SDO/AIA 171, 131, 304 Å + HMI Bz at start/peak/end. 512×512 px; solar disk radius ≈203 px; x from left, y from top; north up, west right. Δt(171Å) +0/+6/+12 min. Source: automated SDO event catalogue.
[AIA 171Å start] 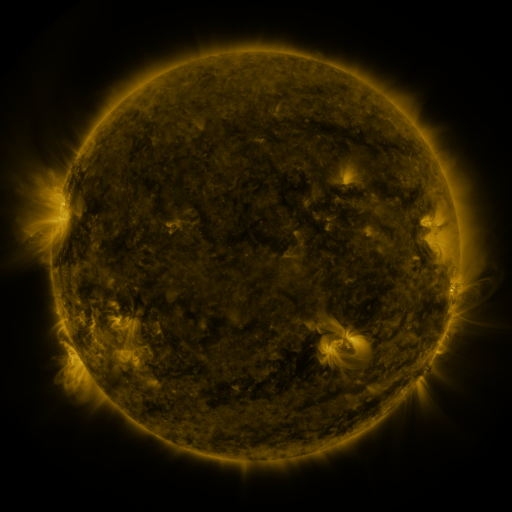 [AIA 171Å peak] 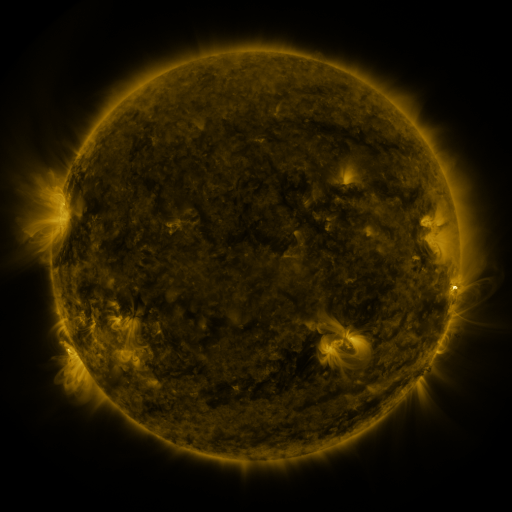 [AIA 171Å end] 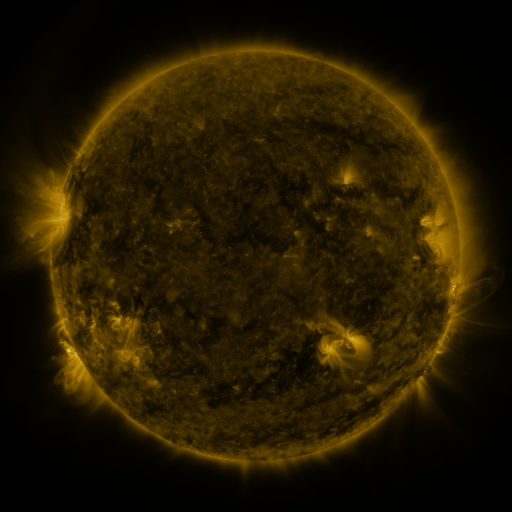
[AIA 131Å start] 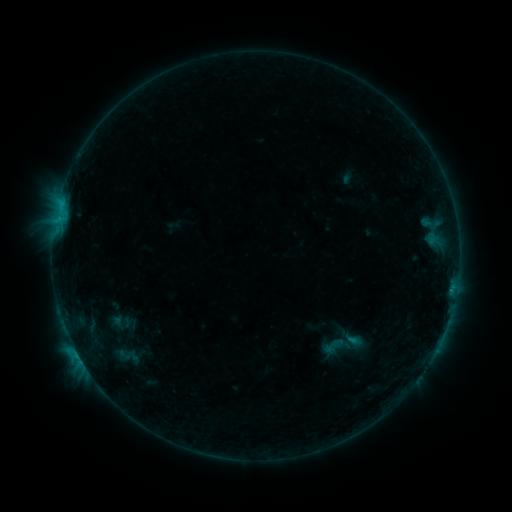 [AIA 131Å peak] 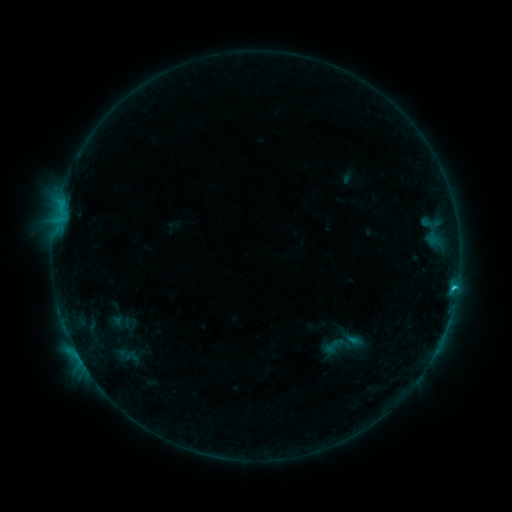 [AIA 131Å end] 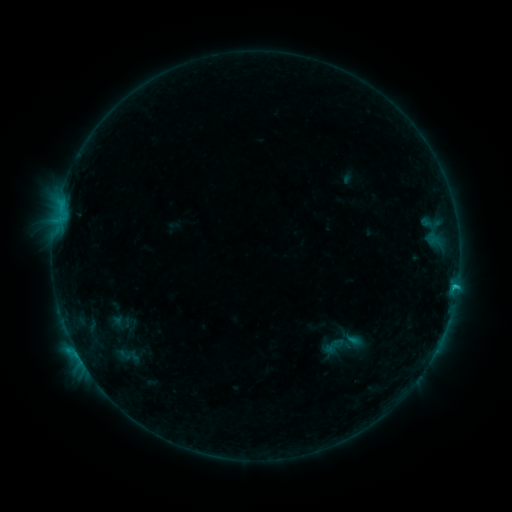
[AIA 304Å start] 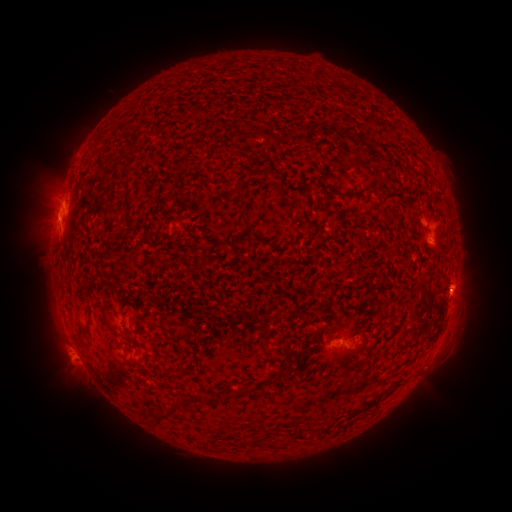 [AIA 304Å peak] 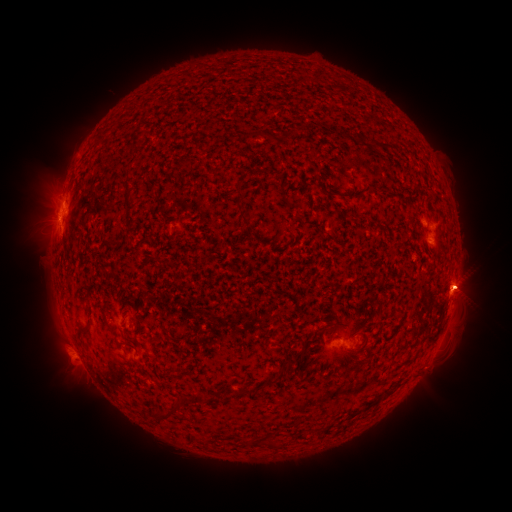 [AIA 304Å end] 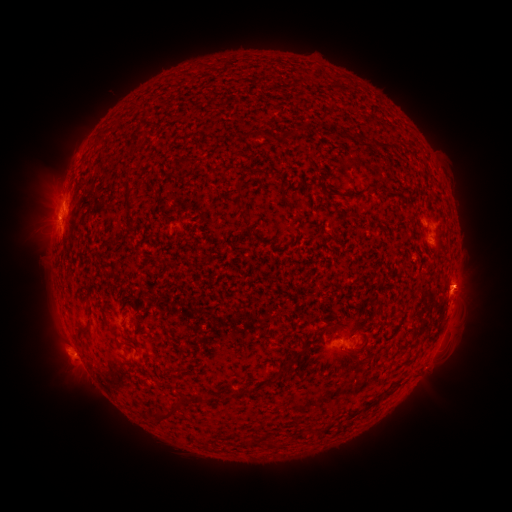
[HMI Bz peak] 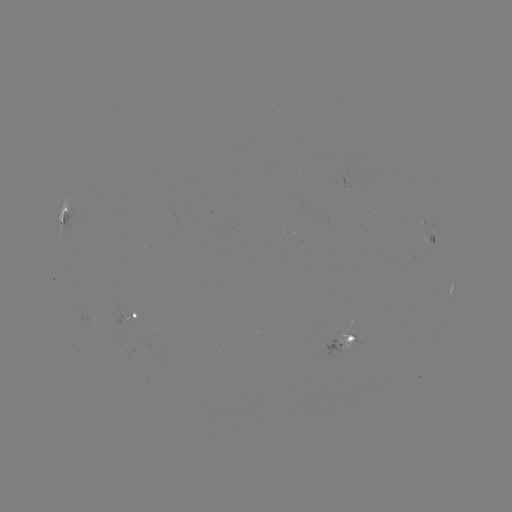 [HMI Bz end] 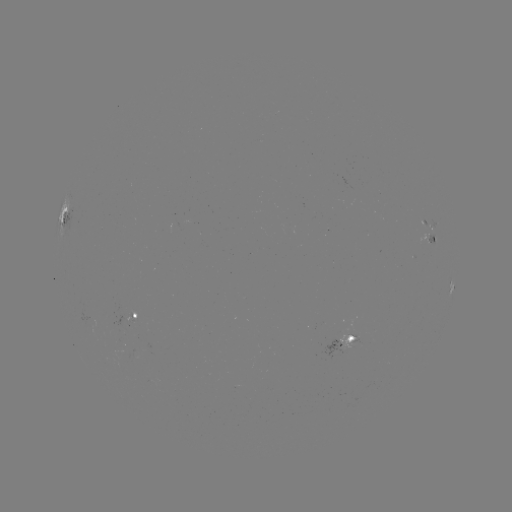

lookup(C1.3 flare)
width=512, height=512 (453, 288)